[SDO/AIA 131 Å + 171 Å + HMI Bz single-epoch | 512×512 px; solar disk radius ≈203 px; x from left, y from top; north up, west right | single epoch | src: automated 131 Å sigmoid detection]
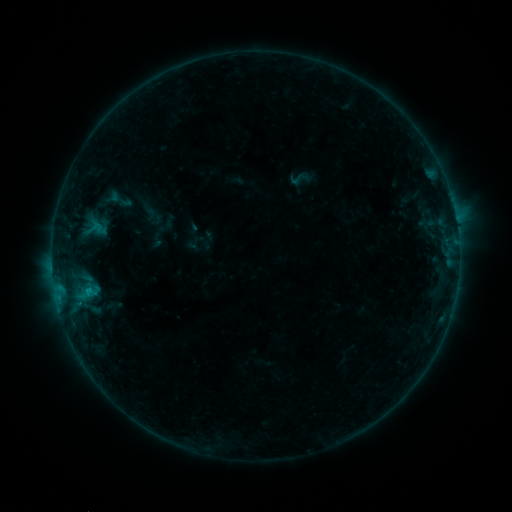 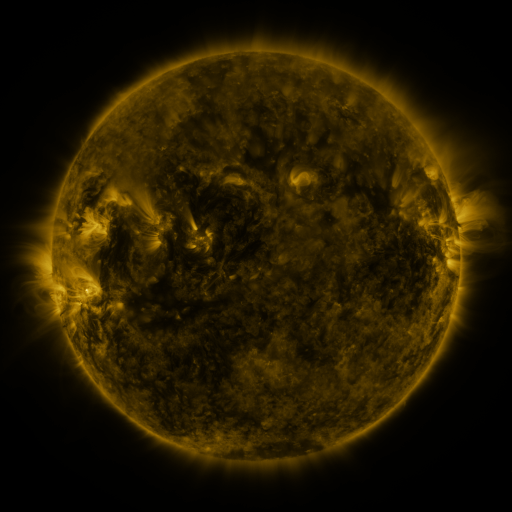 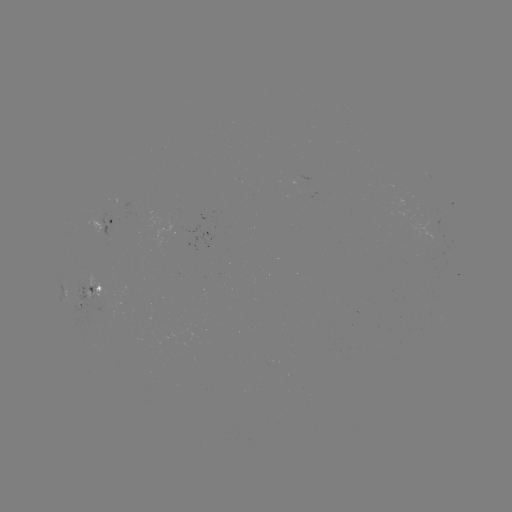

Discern sigmoid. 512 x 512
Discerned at (297, 179).